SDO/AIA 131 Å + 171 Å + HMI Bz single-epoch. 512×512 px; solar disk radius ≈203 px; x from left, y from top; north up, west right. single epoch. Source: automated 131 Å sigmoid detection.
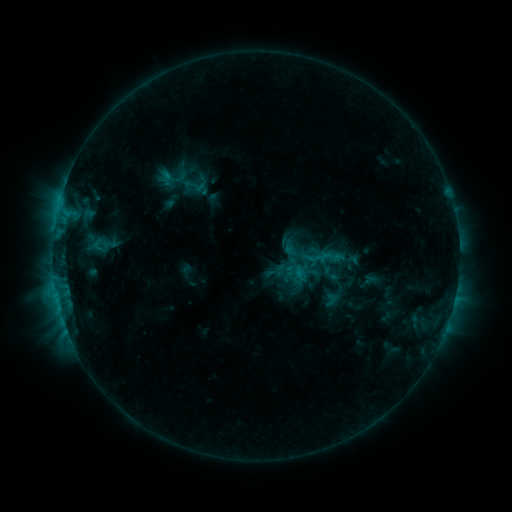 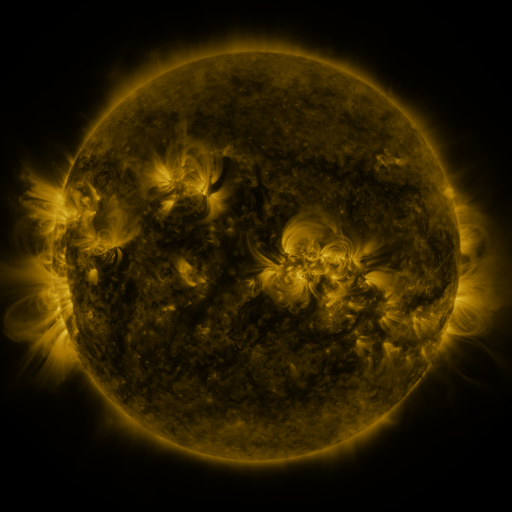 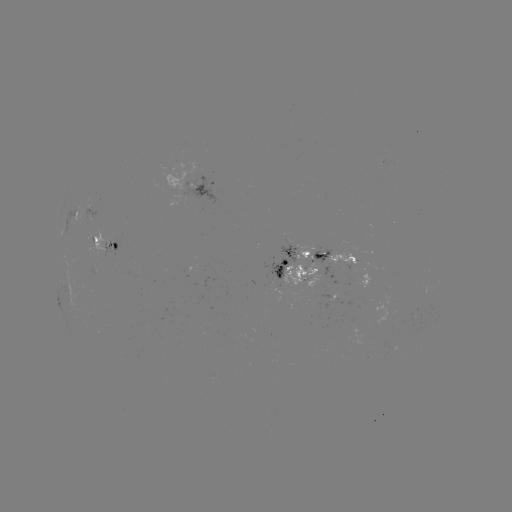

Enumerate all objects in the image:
sigmoid: (97, 245)
